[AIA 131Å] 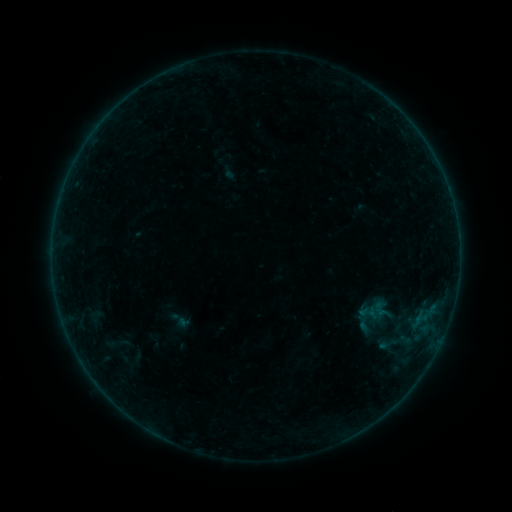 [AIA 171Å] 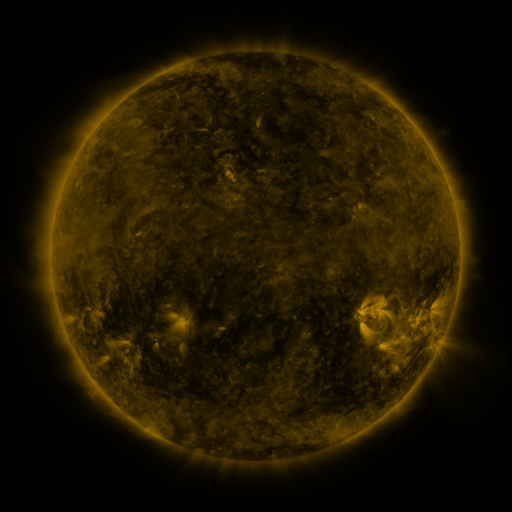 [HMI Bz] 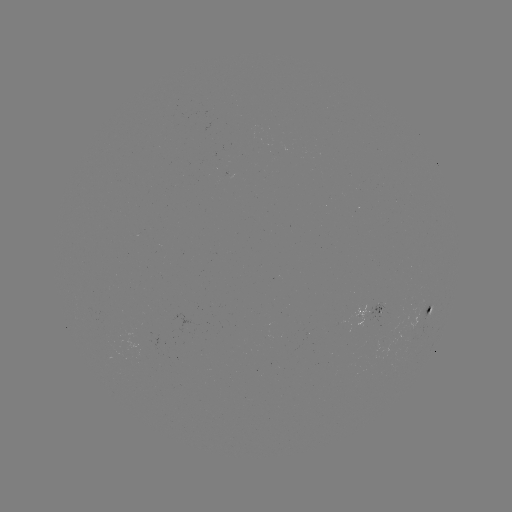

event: sigmoid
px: (386, 344)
